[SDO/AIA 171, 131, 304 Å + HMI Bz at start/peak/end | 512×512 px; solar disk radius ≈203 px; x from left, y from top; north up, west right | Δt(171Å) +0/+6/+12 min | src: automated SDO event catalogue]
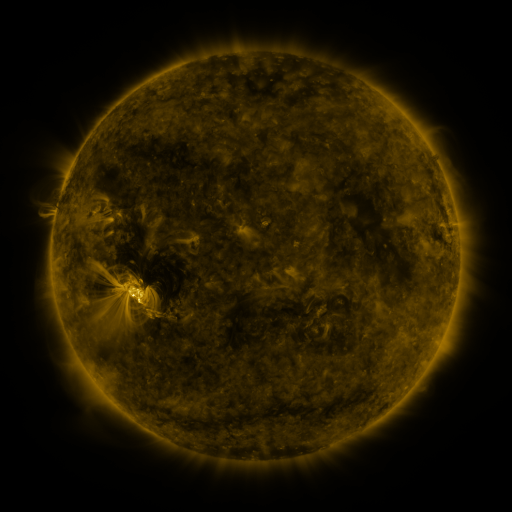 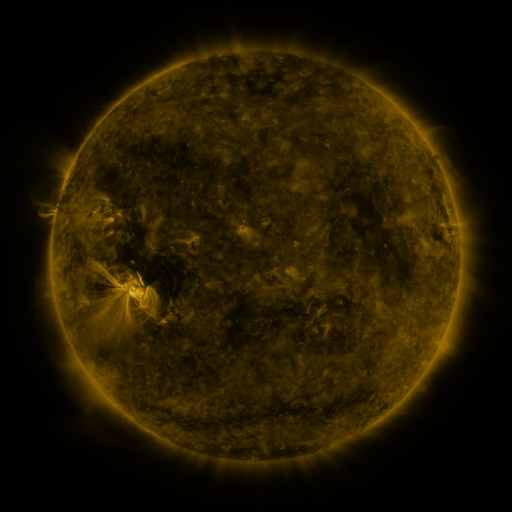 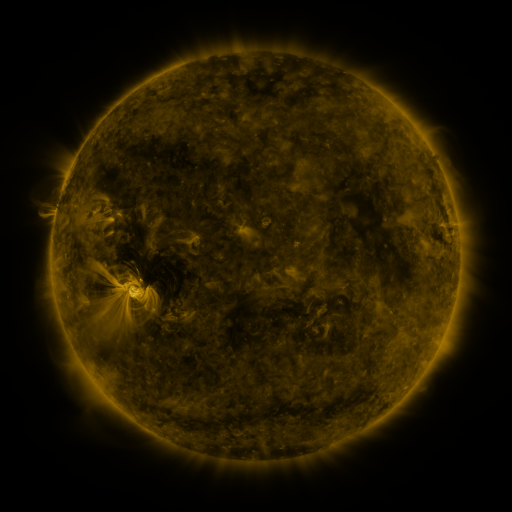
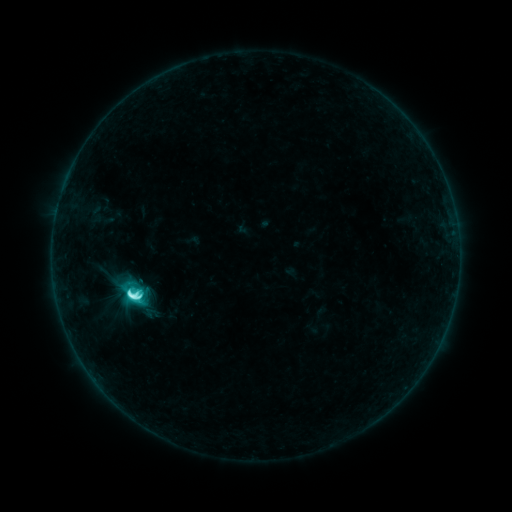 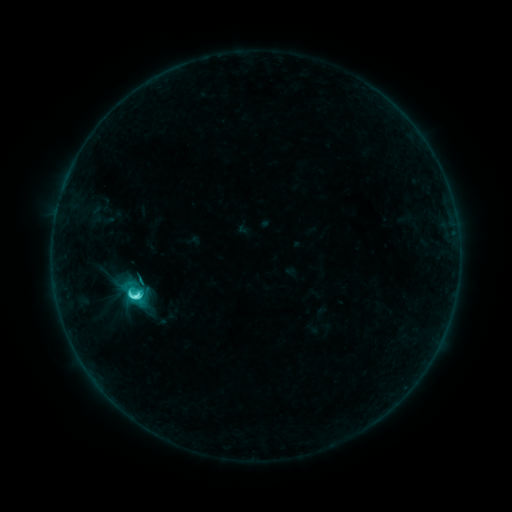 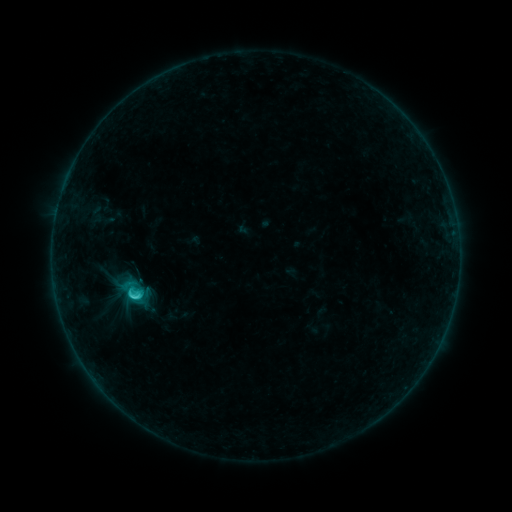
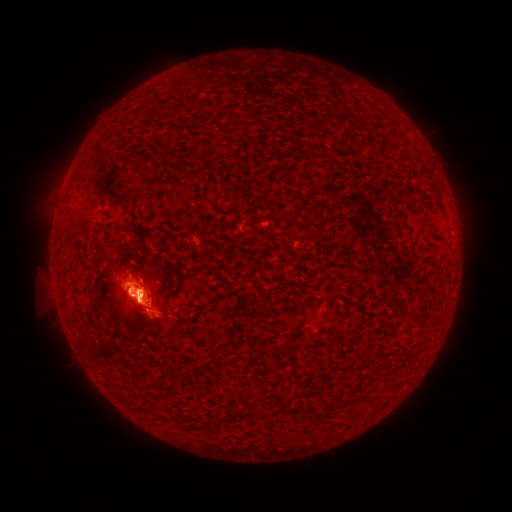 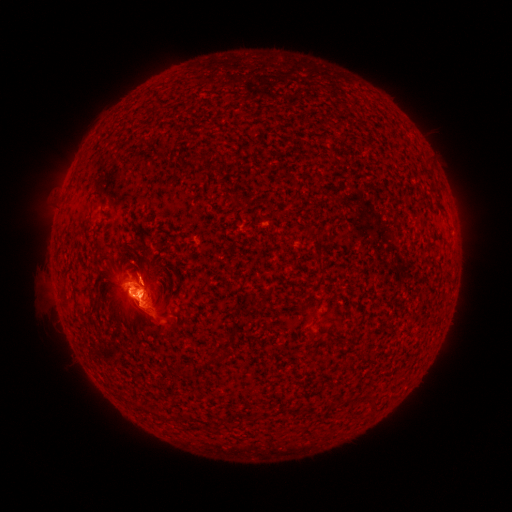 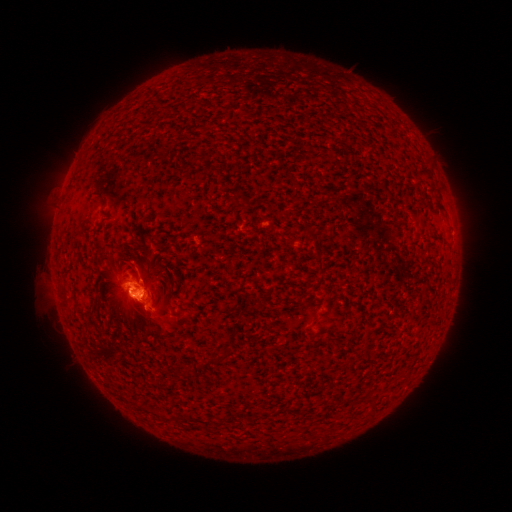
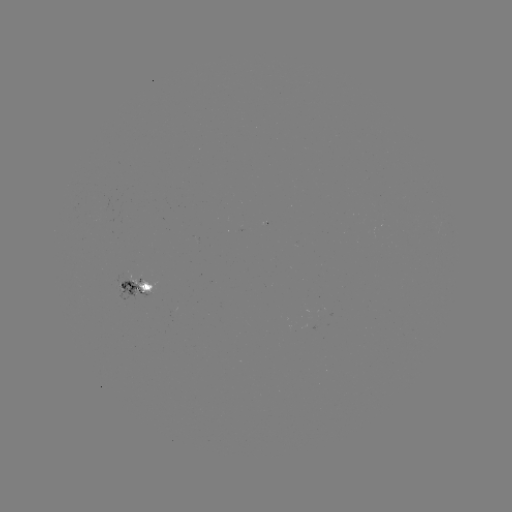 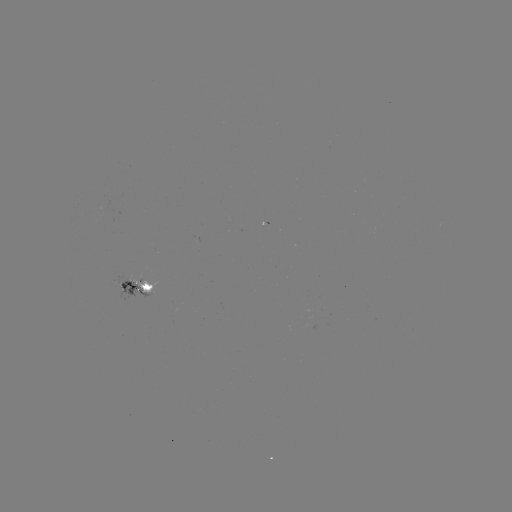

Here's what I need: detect eruption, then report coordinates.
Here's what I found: eruption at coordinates [147, 272].